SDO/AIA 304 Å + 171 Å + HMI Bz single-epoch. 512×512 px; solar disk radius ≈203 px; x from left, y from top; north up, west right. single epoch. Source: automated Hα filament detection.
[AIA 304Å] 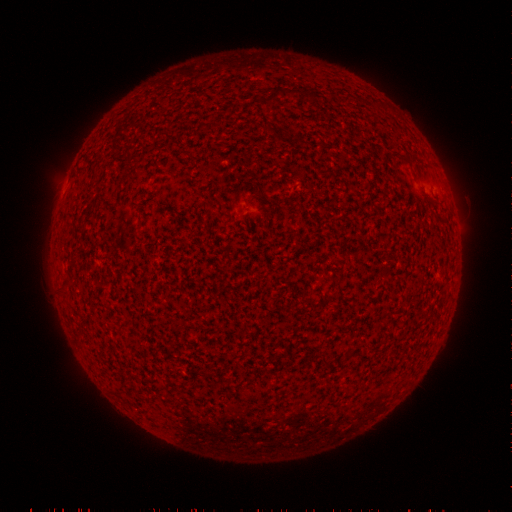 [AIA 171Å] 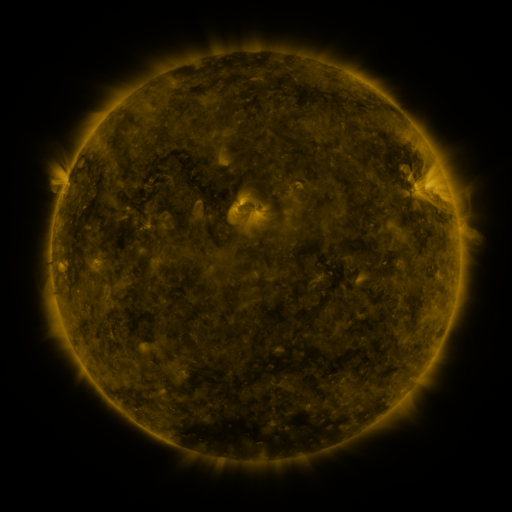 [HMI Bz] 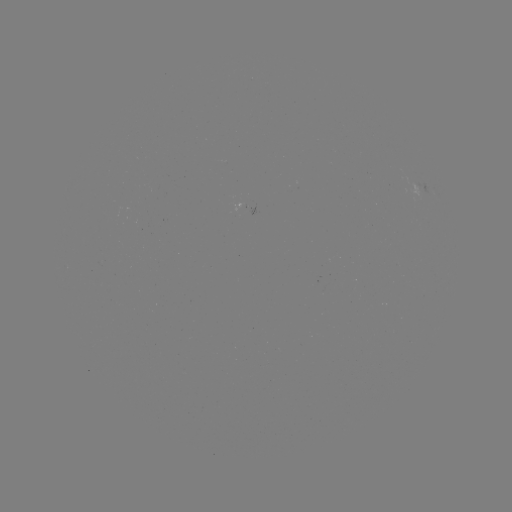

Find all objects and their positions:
filament: (313, 94)
filament: (273, 97)
filament: (347, 98)
filament: (408, 159)
filament: (122, 326)
filament: (326, 363)
